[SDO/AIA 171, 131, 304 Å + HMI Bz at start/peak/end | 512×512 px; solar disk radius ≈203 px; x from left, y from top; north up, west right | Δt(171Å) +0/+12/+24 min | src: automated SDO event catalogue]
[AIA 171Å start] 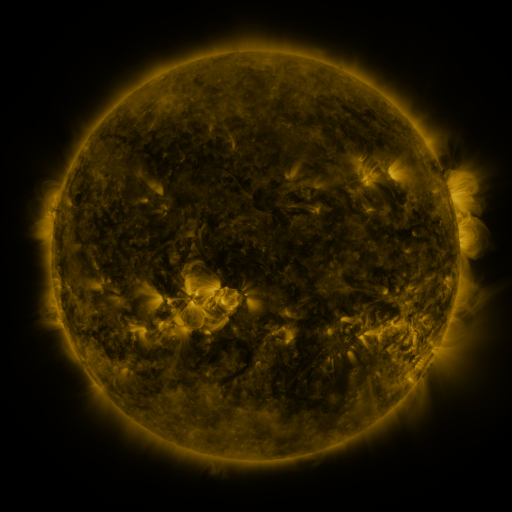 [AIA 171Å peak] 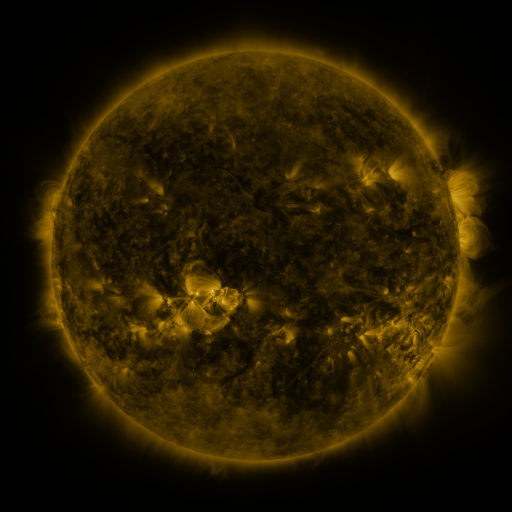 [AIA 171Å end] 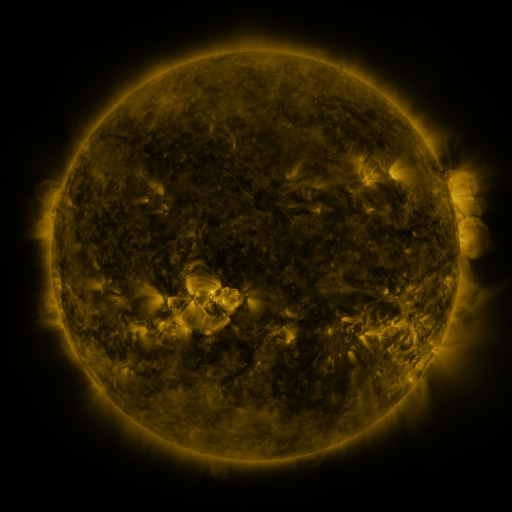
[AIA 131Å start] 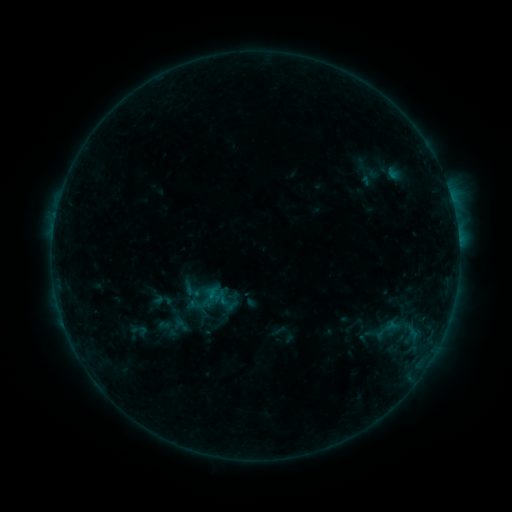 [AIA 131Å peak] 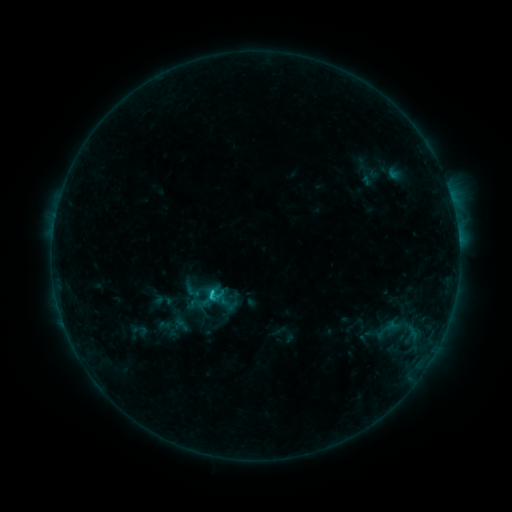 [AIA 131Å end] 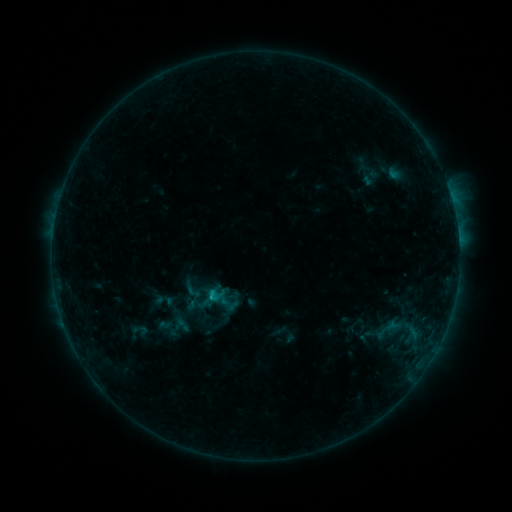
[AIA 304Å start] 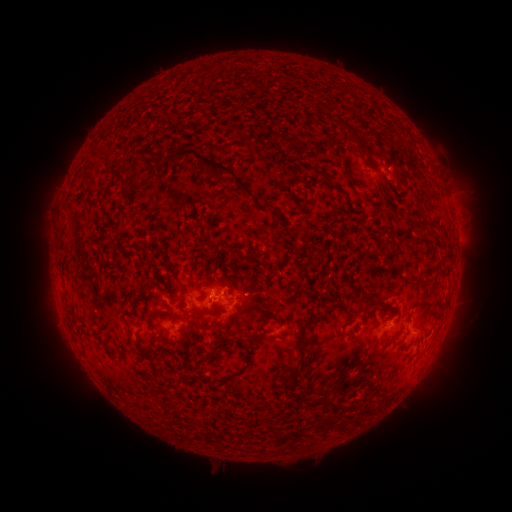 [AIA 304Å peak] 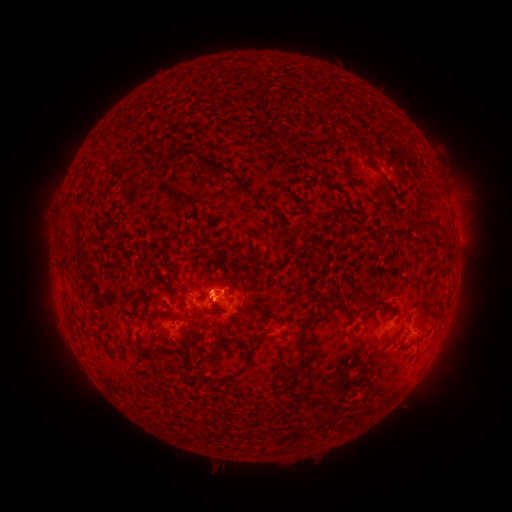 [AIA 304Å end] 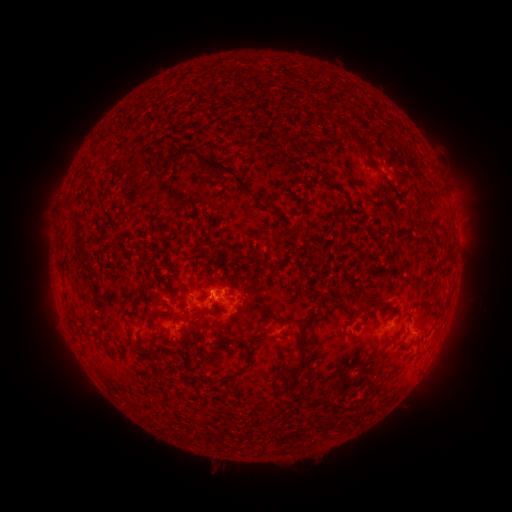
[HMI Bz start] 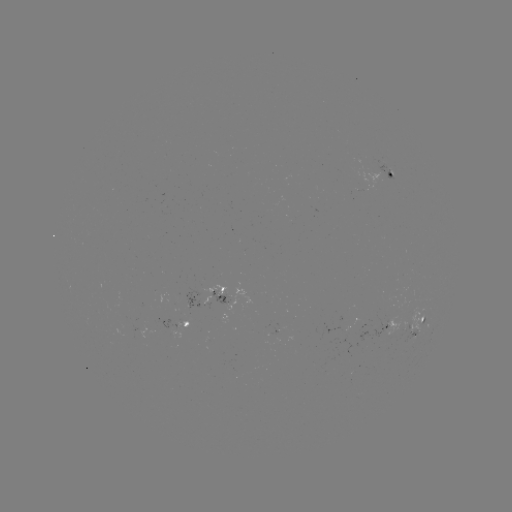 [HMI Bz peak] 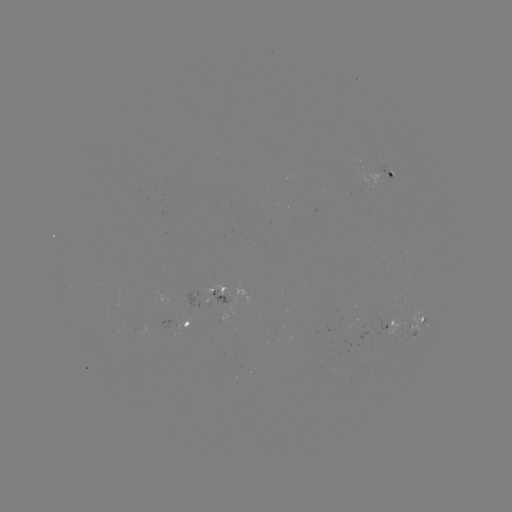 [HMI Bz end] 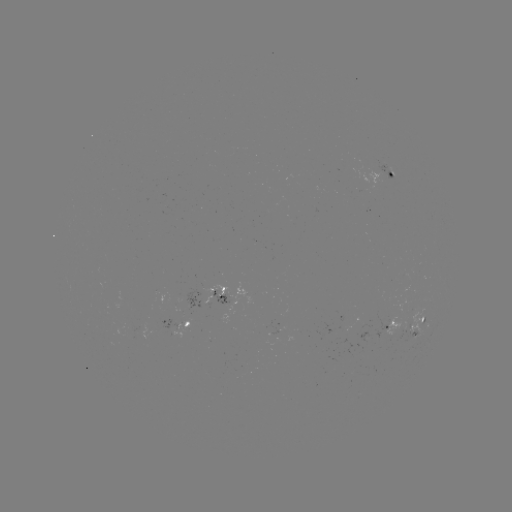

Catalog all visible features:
C1.0 flare: (213, 290)
